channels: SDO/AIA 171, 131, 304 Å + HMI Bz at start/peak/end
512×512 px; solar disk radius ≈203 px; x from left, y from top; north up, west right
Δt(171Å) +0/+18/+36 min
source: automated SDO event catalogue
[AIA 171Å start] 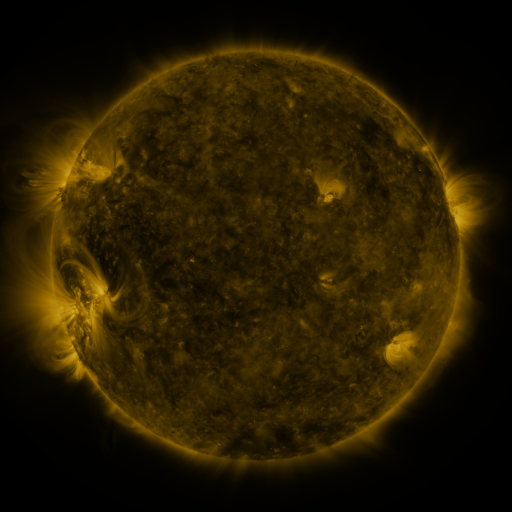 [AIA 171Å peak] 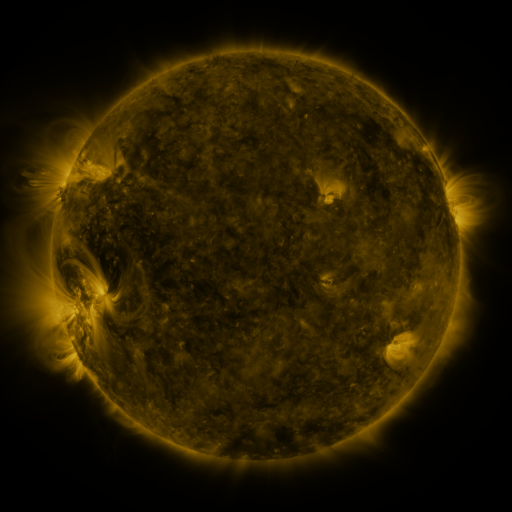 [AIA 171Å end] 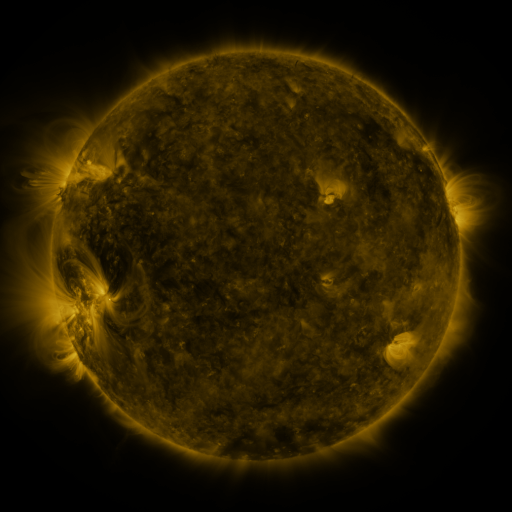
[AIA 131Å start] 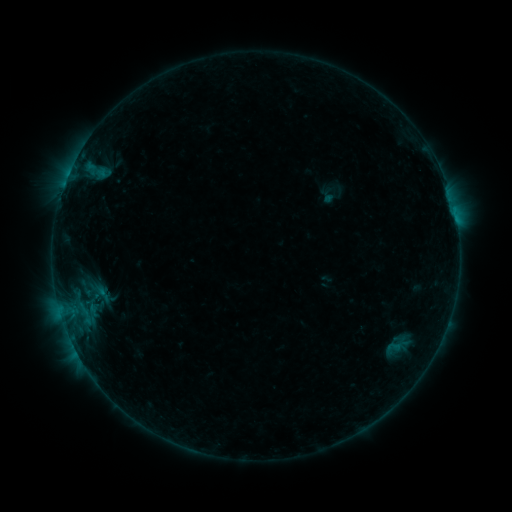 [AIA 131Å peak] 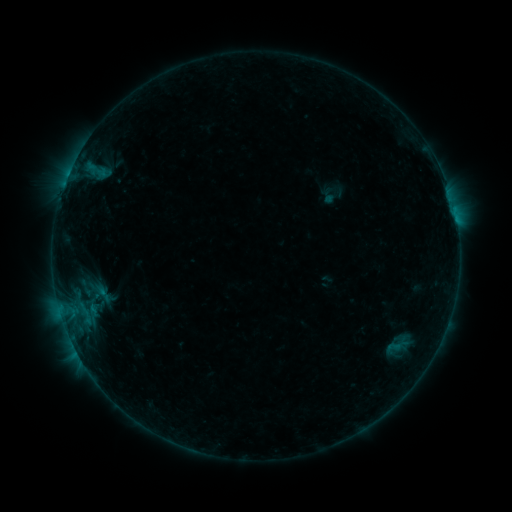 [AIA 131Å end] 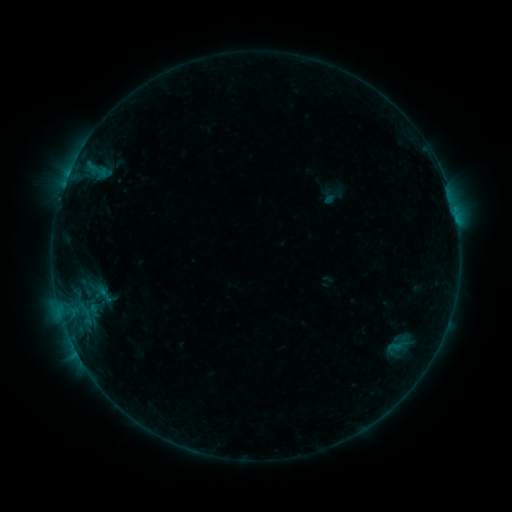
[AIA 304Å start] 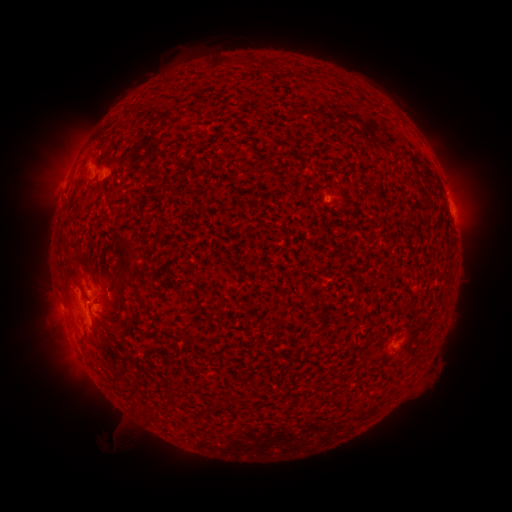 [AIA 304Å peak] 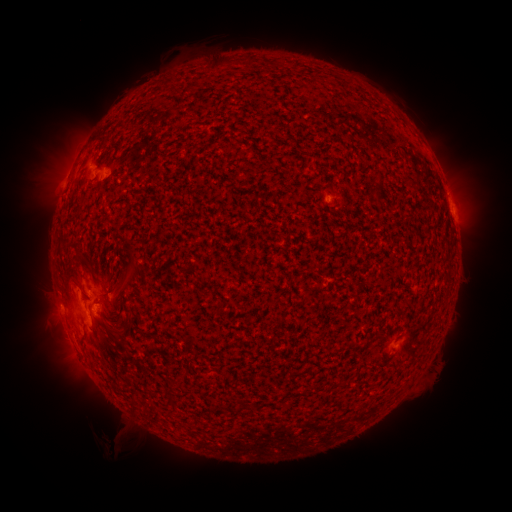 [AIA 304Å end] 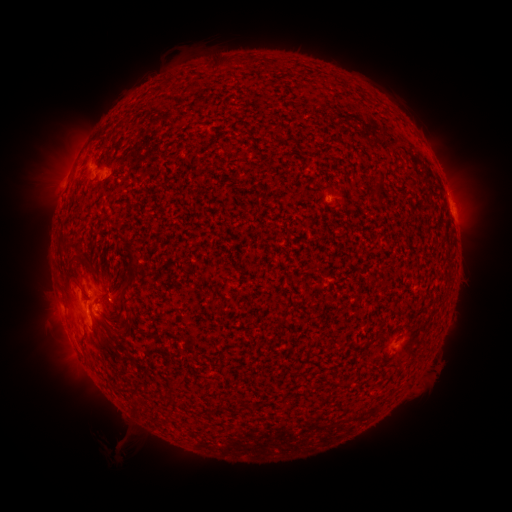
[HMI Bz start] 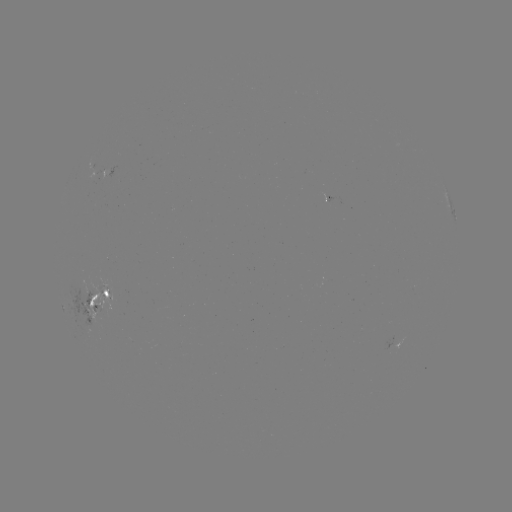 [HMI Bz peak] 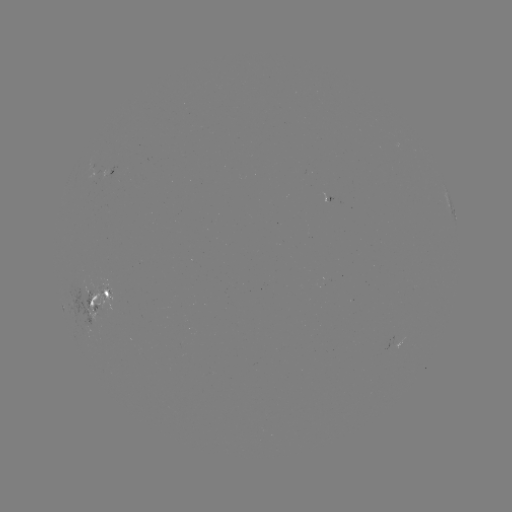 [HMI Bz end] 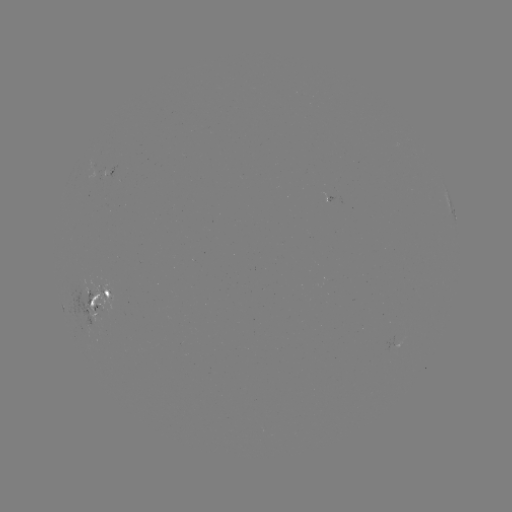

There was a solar eruption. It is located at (126, 438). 